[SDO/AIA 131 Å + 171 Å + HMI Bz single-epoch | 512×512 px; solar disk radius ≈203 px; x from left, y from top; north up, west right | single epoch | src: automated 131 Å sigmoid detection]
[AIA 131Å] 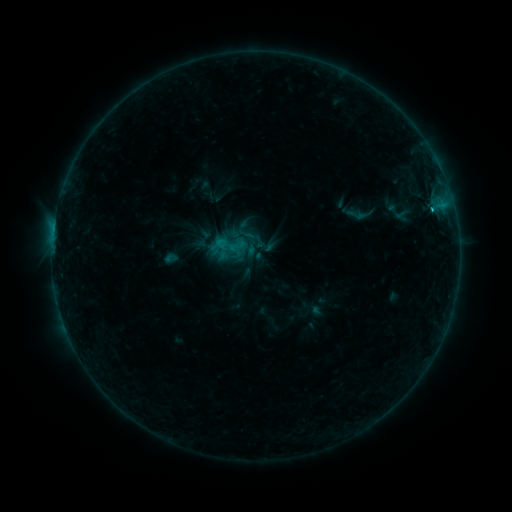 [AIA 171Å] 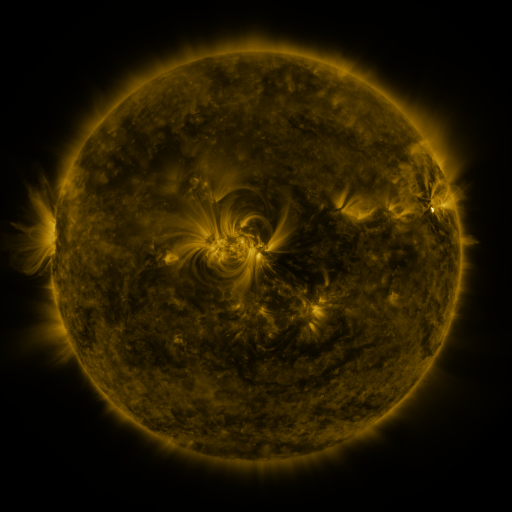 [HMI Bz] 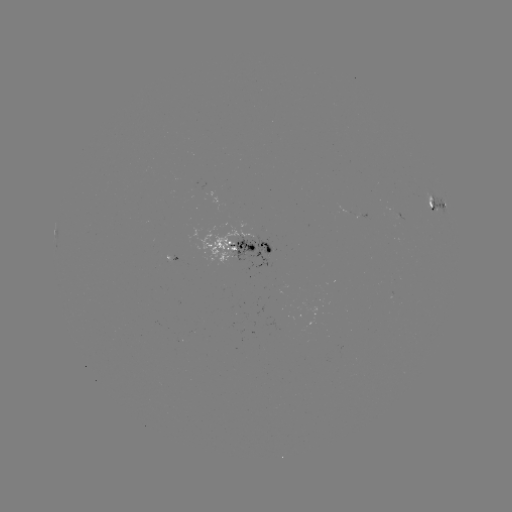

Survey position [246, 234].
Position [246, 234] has sigmoid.